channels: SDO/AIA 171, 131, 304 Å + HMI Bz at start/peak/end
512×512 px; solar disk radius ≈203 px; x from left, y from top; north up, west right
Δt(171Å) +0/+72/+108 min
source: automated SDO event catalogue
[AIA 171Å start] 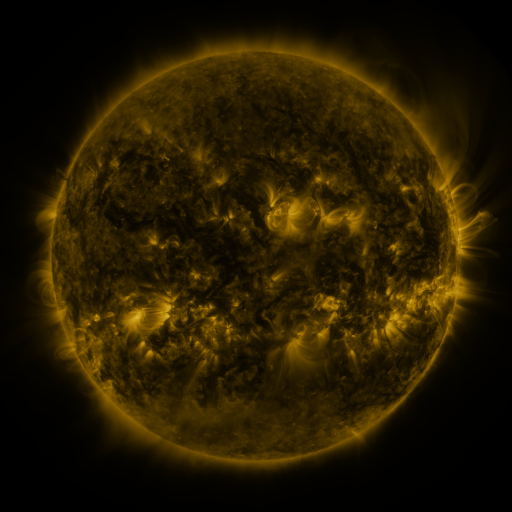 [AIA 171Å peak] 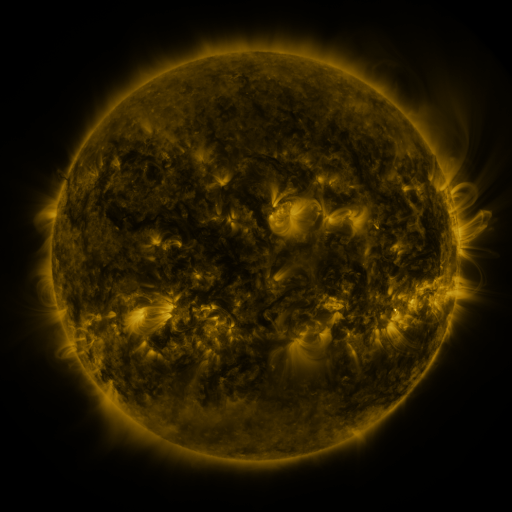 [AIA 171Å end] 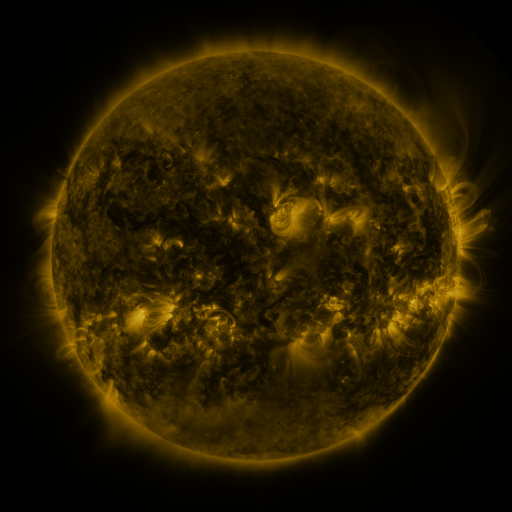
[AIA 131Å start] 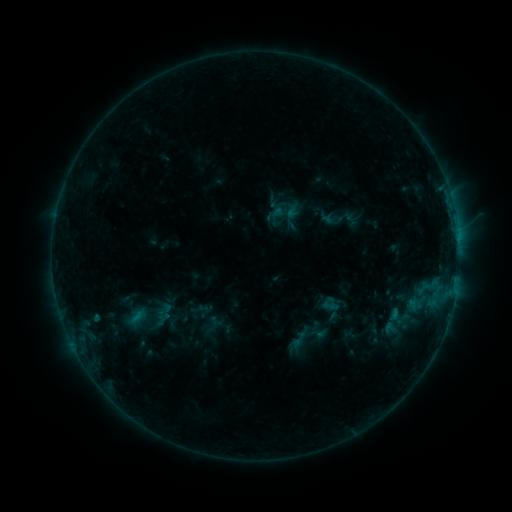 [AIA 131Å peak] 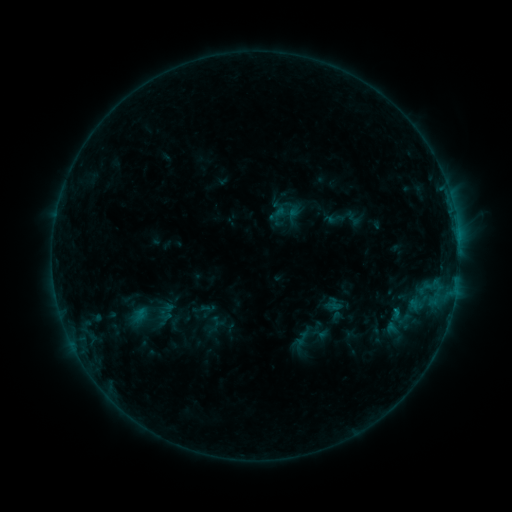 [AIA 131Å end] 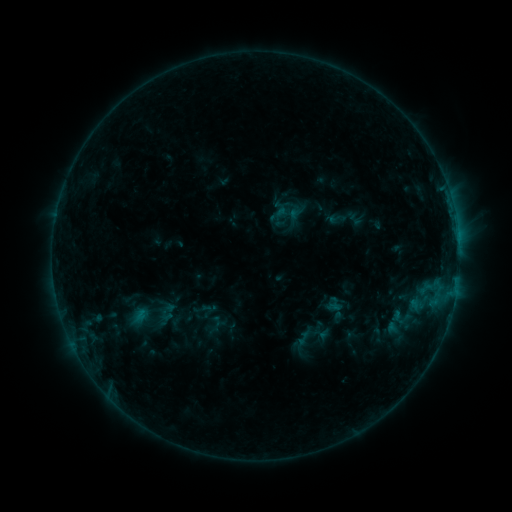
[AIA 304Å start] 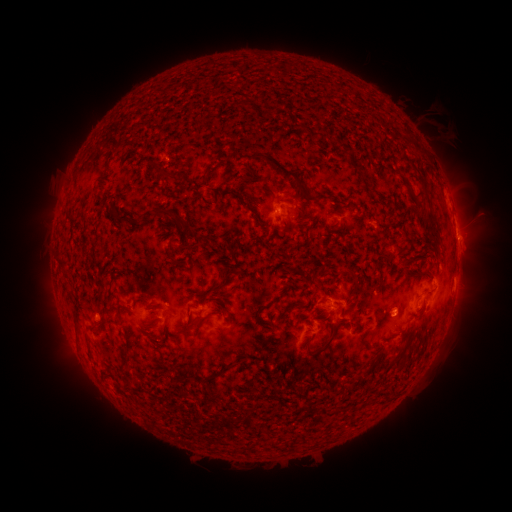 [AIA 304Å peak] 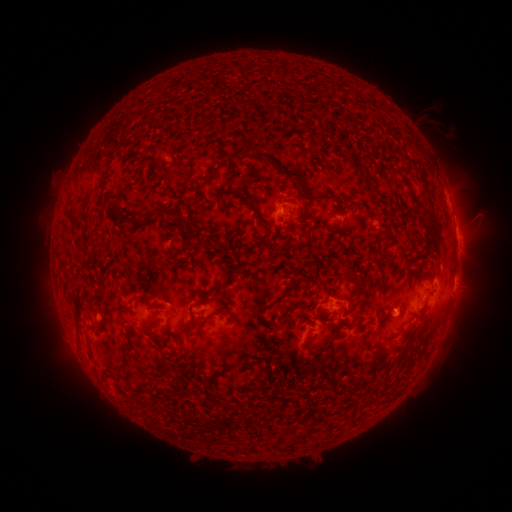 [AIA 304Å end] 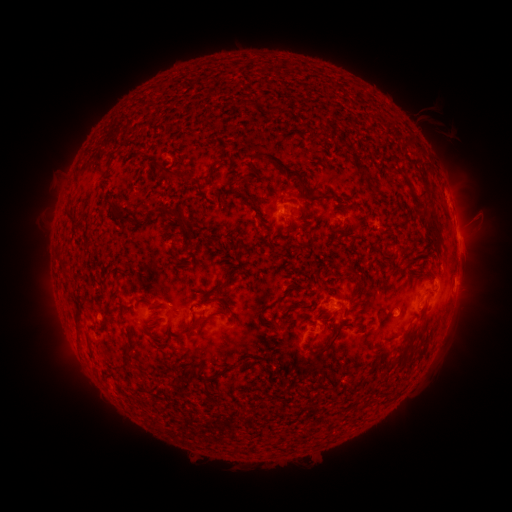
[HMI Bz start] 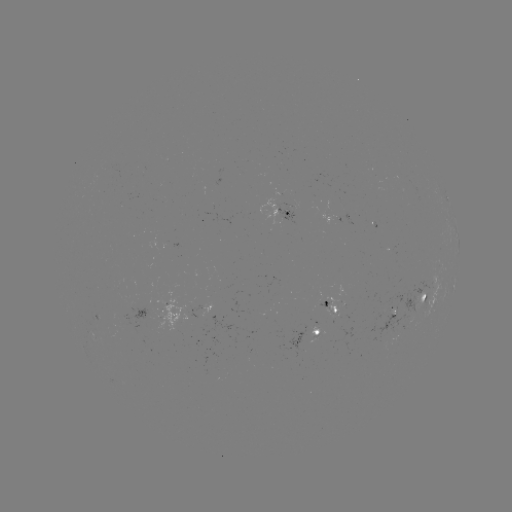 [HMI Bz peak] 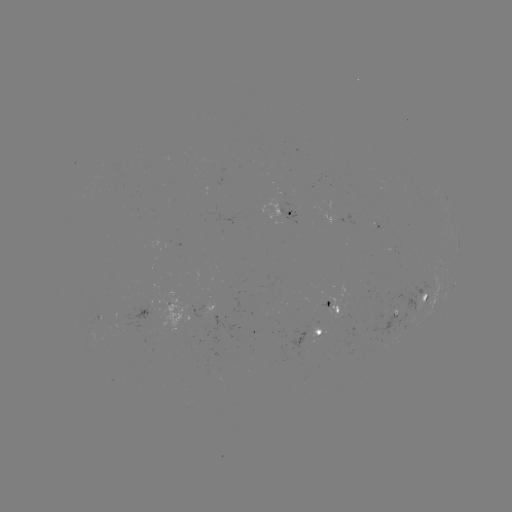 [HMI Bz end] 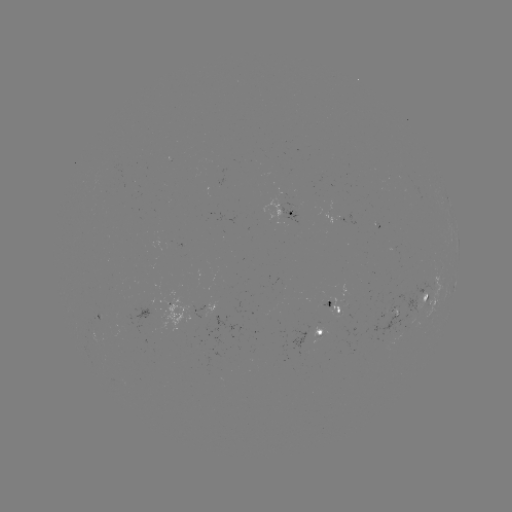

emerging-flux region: [221, 281, 235, 288]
